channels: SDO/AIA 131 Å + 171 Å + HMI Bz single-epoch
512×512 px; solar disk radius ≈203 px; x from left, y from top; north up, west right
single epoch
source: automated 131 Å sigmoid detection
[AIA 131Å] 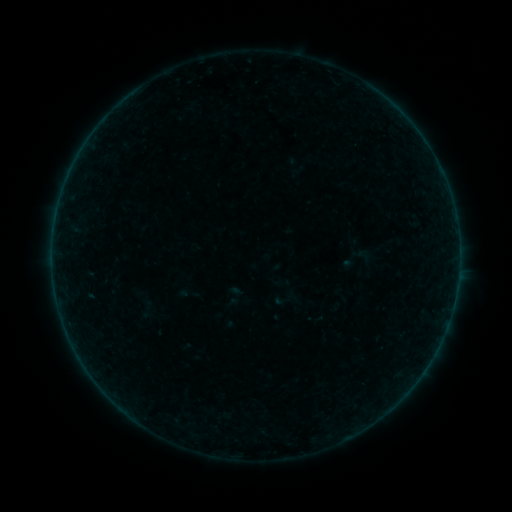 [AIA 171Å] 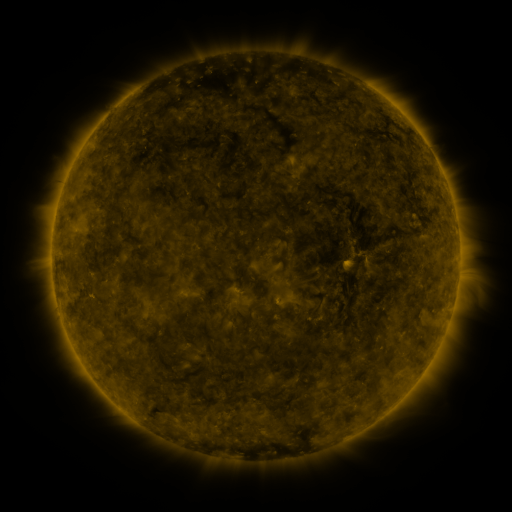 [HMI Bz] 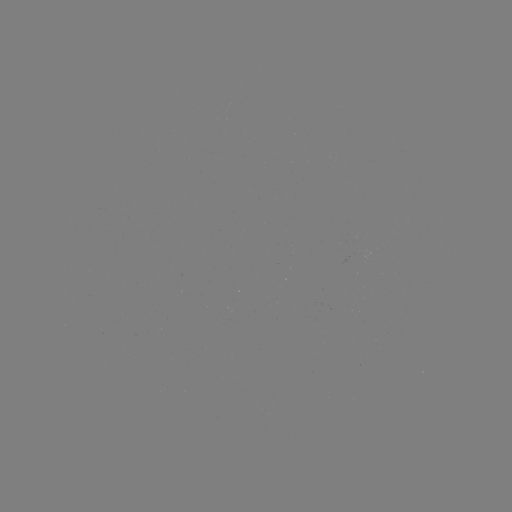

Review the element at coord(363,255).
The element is sigmoid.